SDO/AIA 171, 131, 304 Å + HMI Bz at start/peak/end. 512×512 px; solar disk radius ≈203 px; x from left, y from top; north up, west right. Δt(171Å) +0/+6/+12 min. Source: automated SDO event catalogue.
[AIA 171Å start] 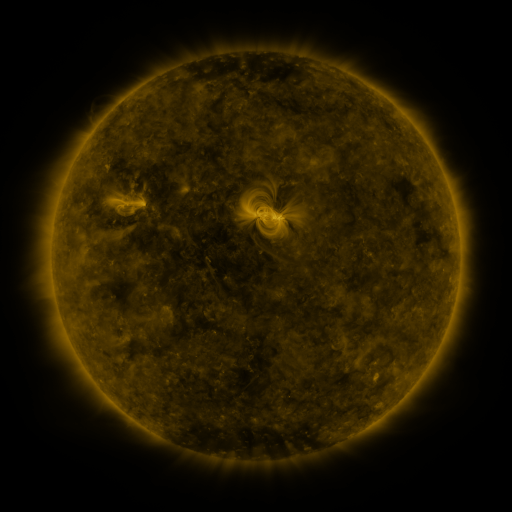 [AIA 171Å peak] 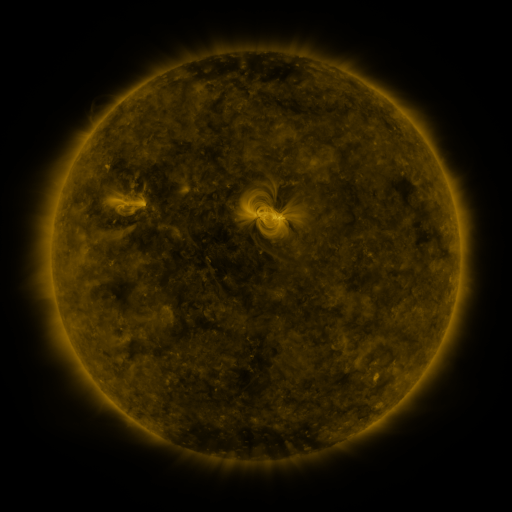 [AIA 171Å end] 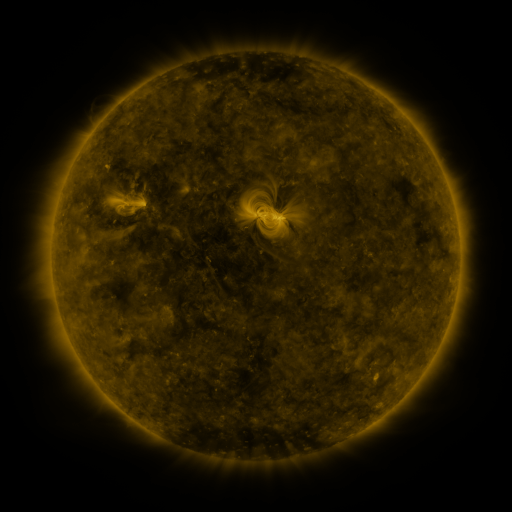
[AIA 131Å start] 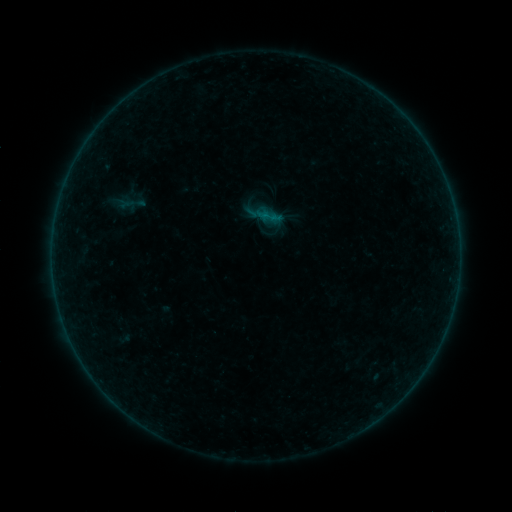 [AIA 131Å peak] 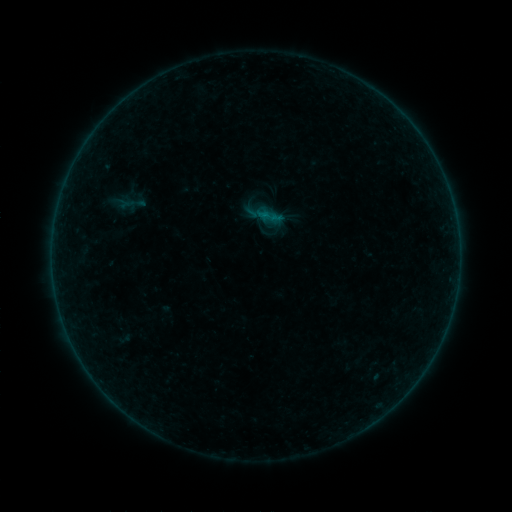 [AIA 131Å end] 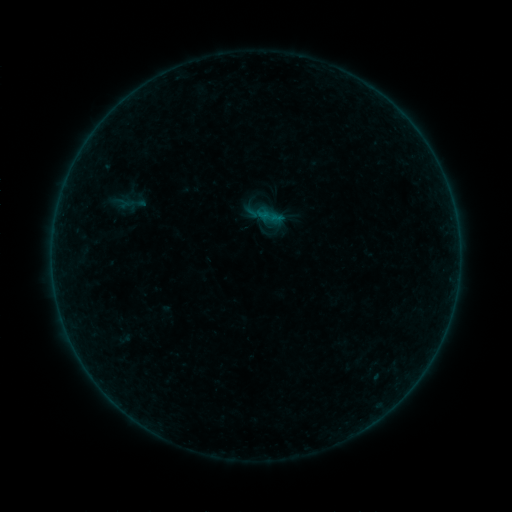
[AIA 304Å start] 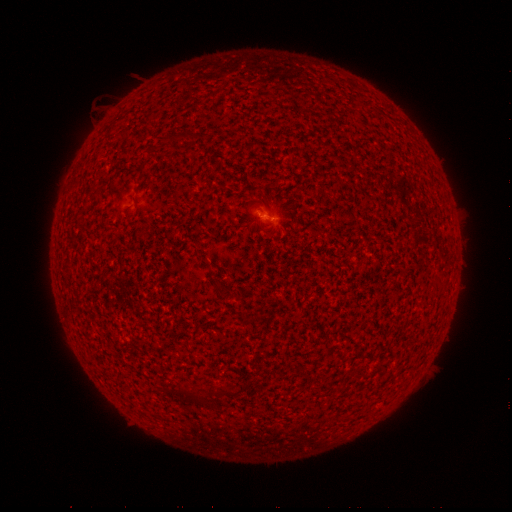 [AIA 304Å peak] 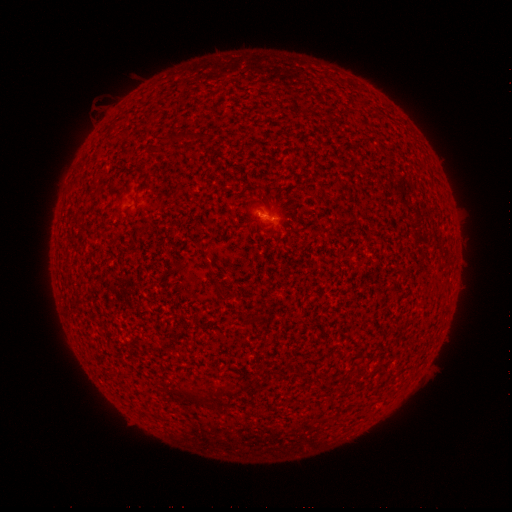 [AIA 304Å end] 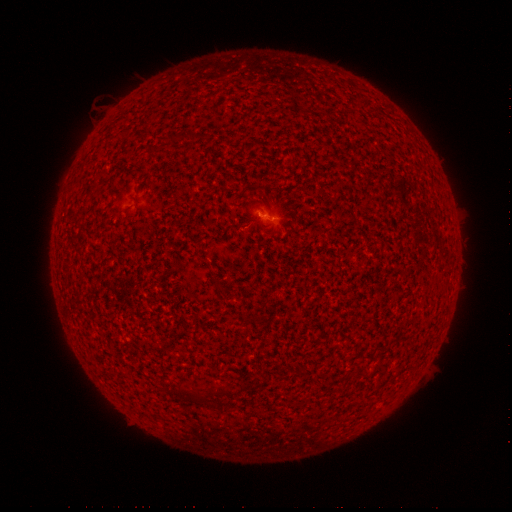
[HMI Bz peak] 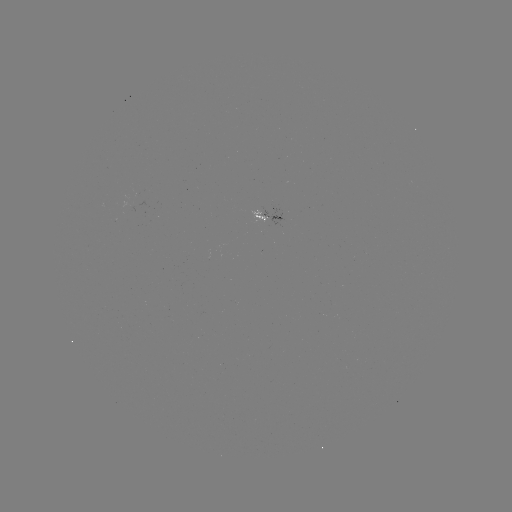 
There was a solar flare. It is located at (263, 215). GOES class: B1.0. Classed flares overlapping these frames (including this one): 2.